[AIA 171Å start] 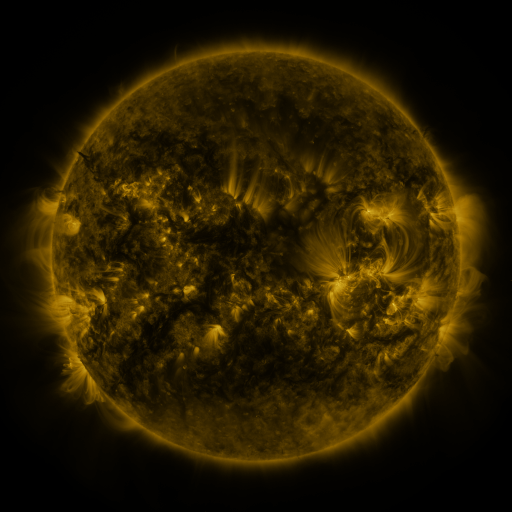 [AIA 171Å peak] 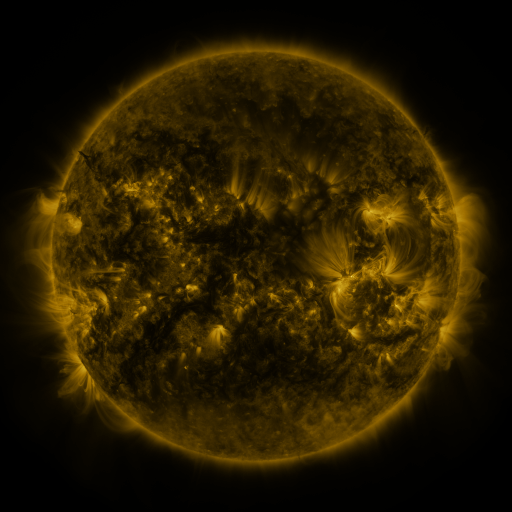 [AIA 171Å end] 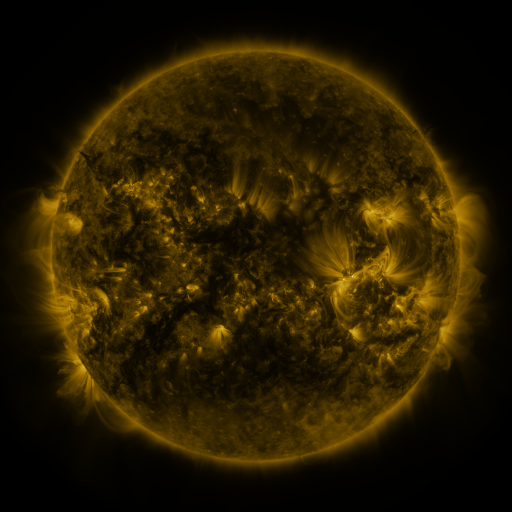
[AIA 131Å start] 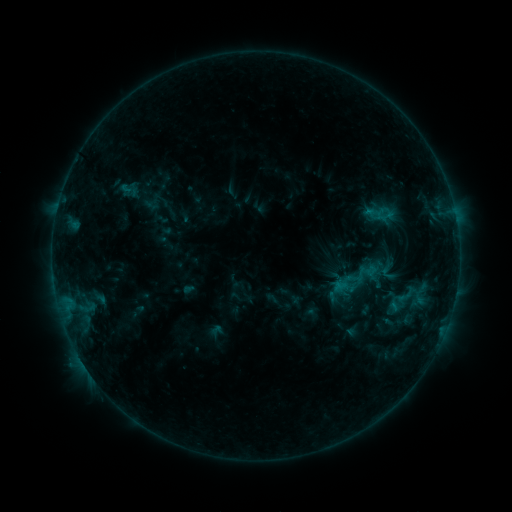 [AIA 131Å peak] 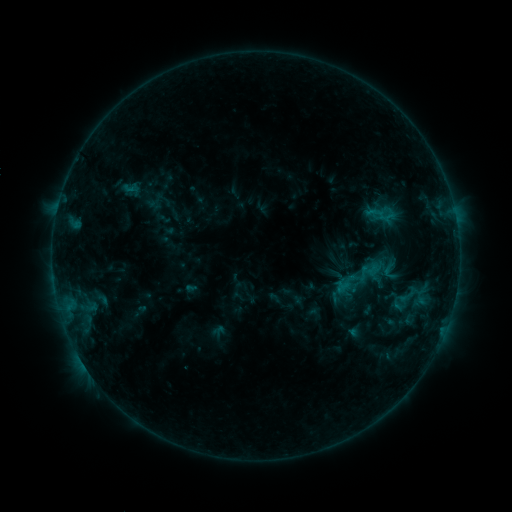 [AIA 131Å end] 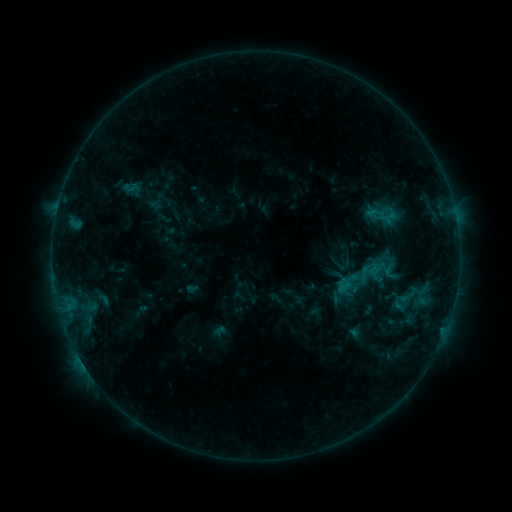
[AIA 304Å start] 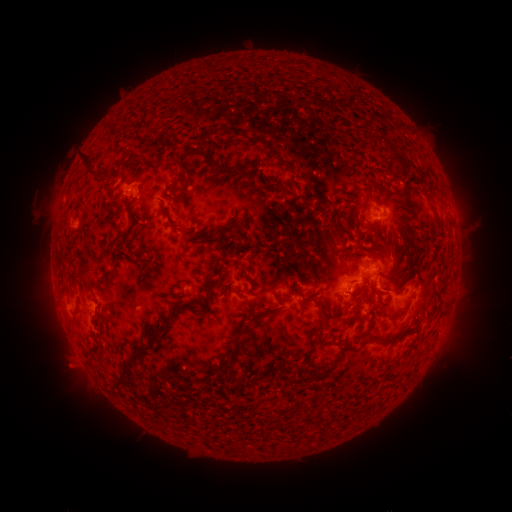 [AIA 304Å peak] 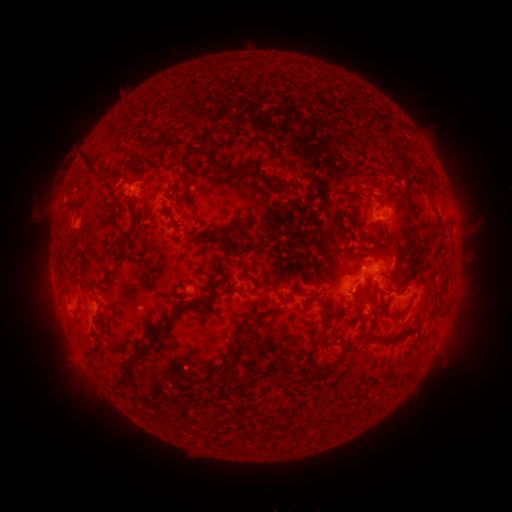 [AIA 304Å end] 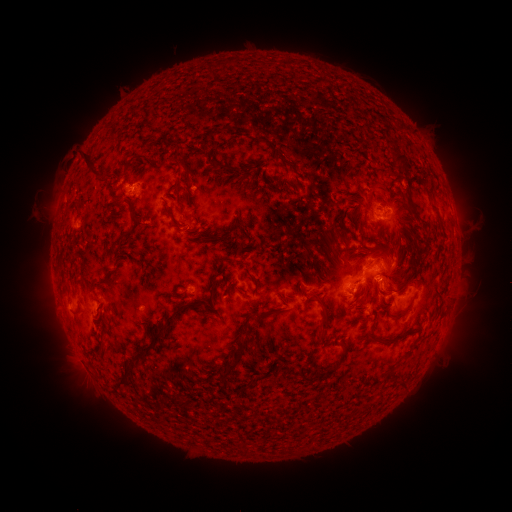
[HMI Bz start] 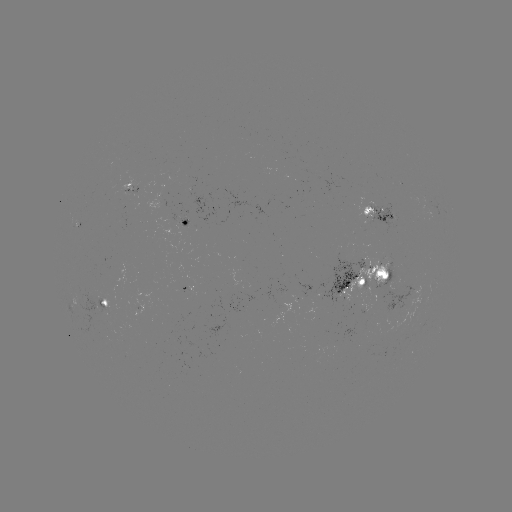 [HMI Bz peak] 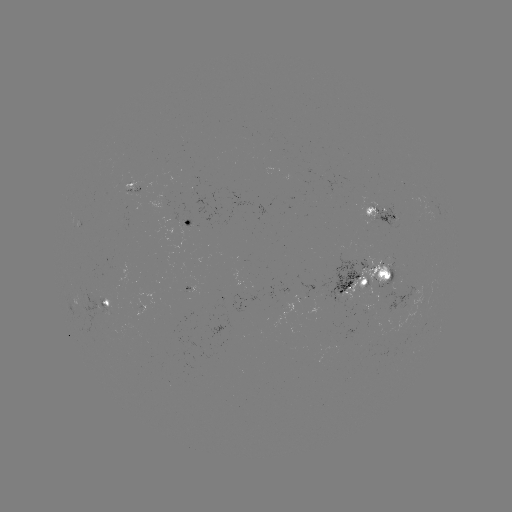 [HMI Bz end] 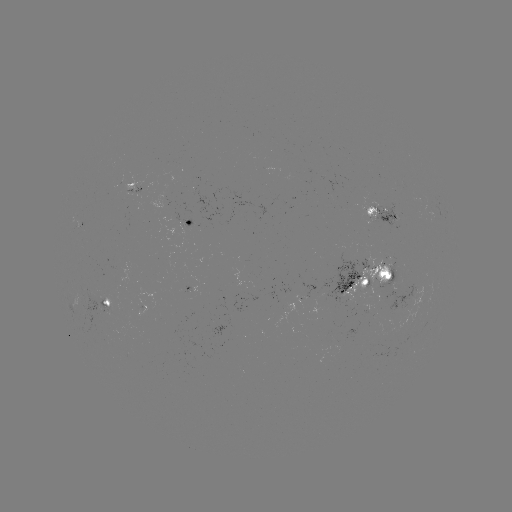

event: emerging-flux region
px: (130, 185)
